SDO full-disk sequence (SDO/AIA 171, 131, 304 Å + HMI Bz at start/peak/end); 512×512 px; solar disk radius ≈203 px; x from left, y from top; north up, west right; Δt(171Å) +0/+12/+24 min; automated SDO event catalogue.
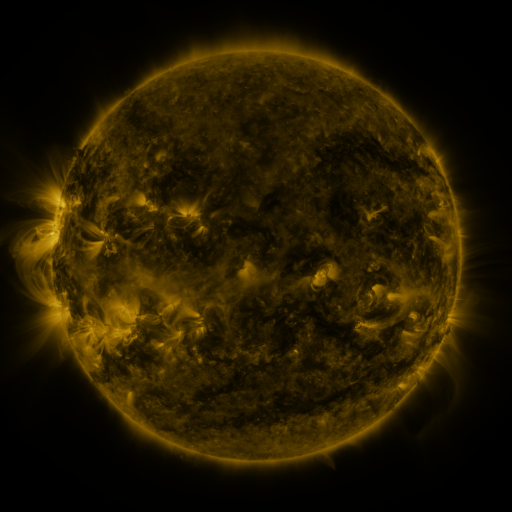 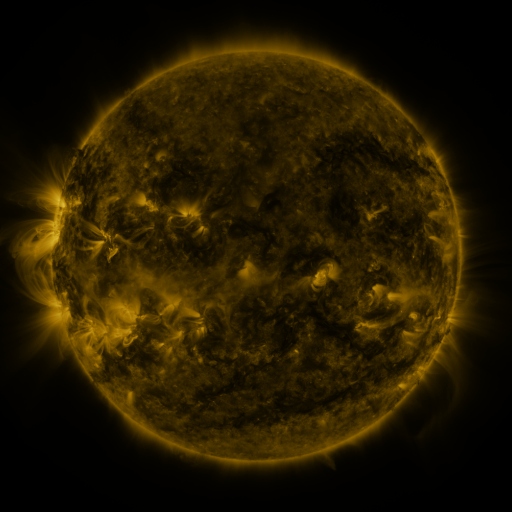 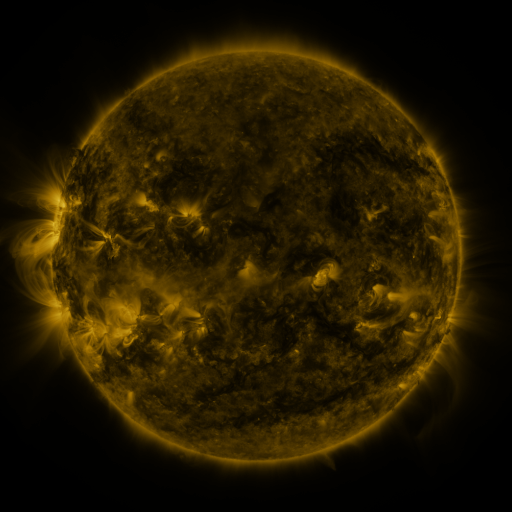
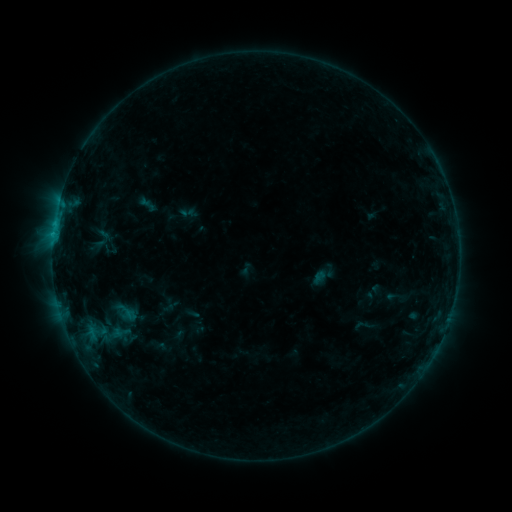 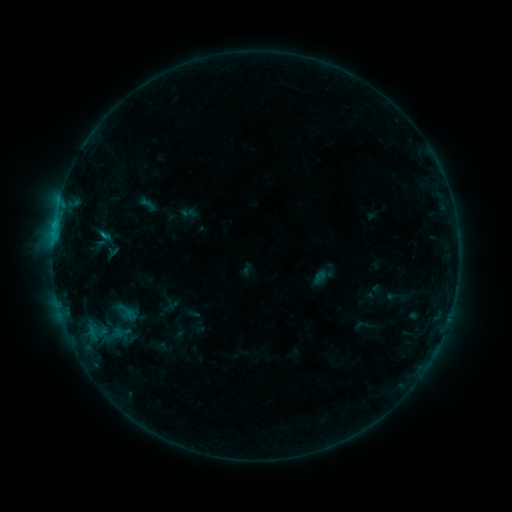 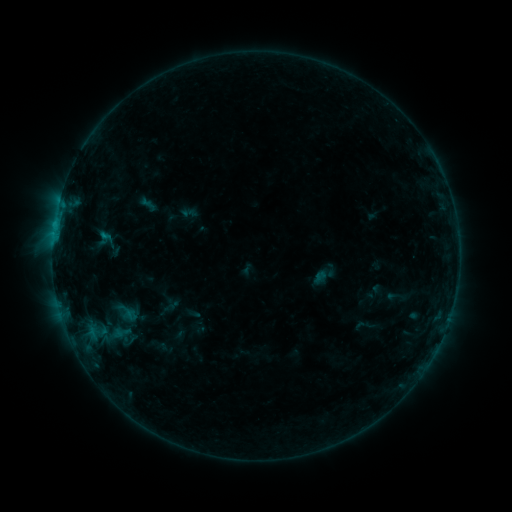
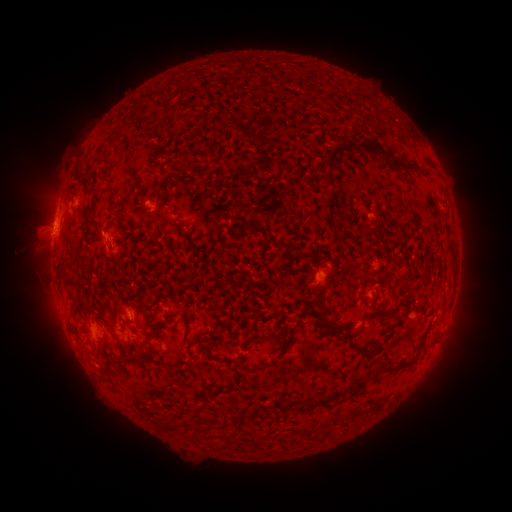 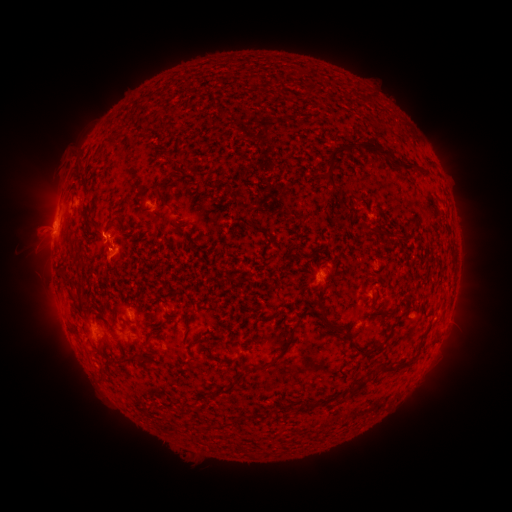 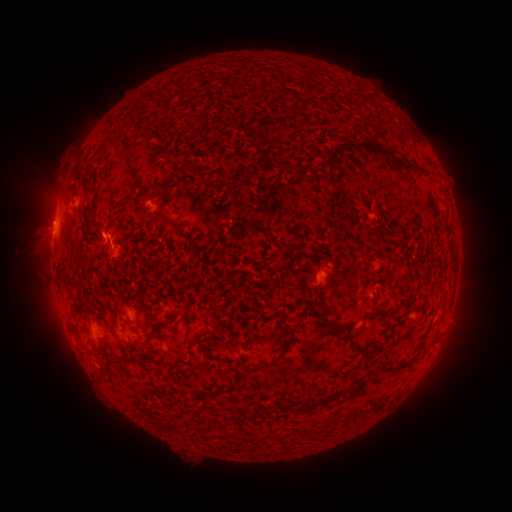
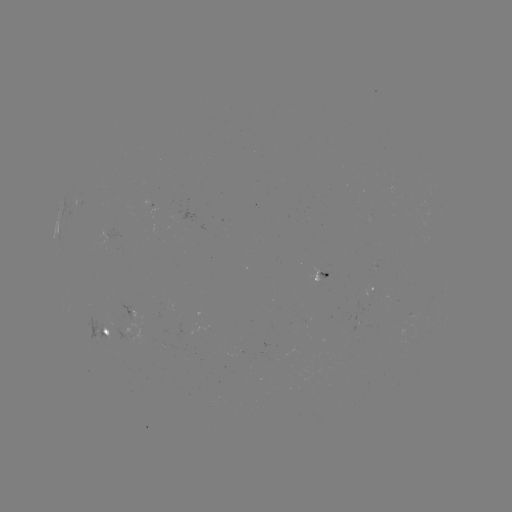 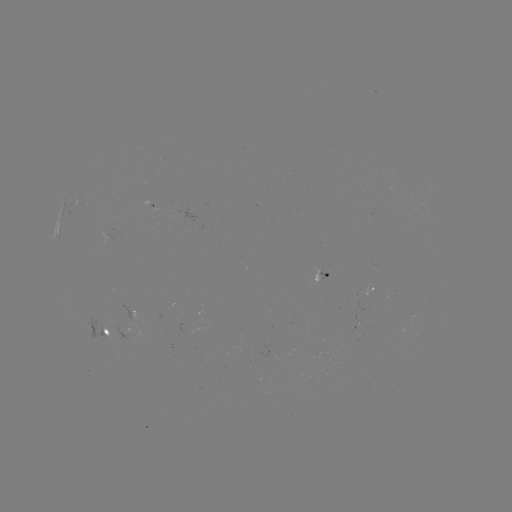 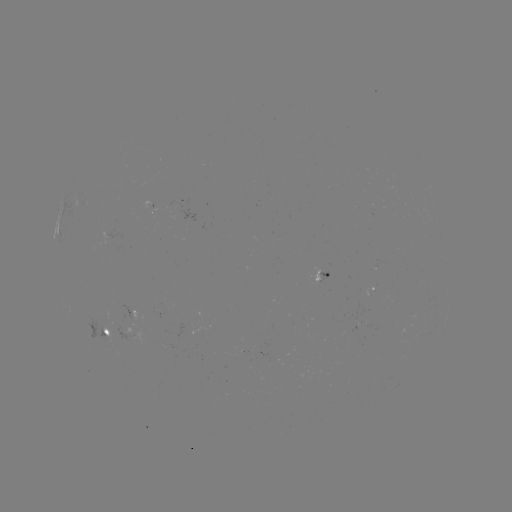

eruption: [84, 233, 137, 281]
